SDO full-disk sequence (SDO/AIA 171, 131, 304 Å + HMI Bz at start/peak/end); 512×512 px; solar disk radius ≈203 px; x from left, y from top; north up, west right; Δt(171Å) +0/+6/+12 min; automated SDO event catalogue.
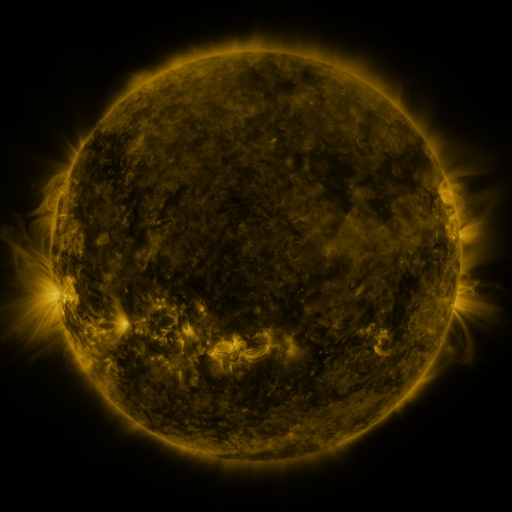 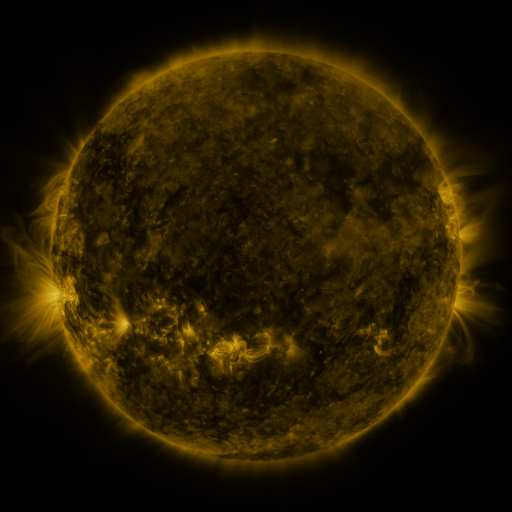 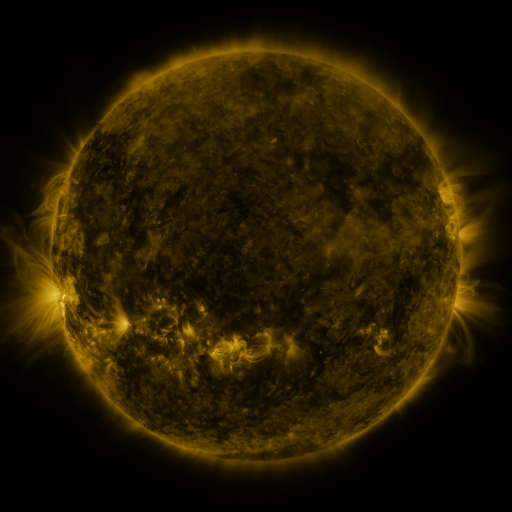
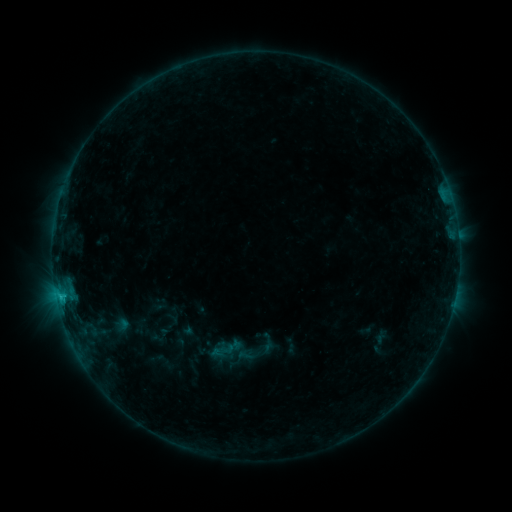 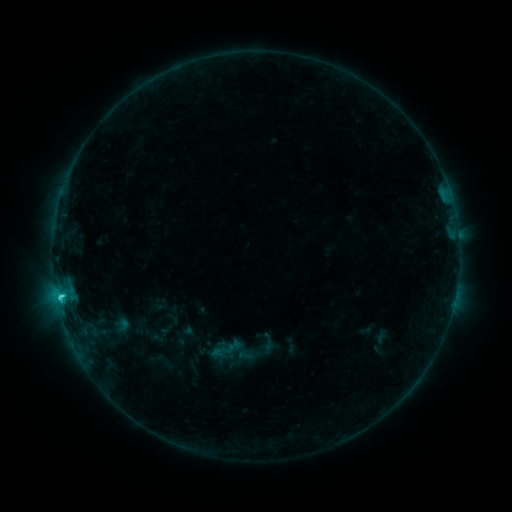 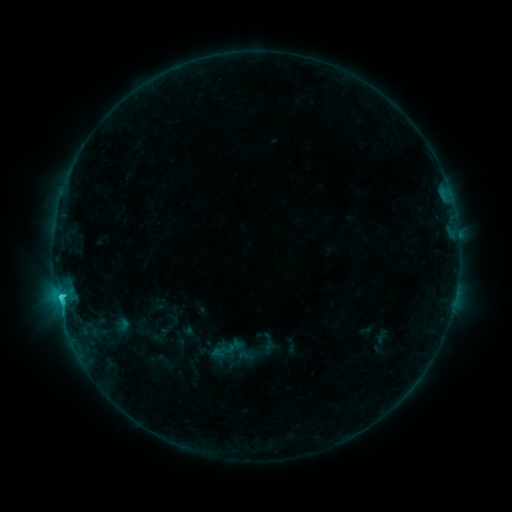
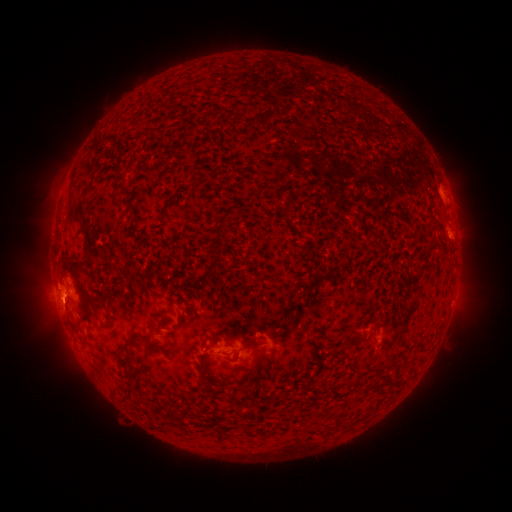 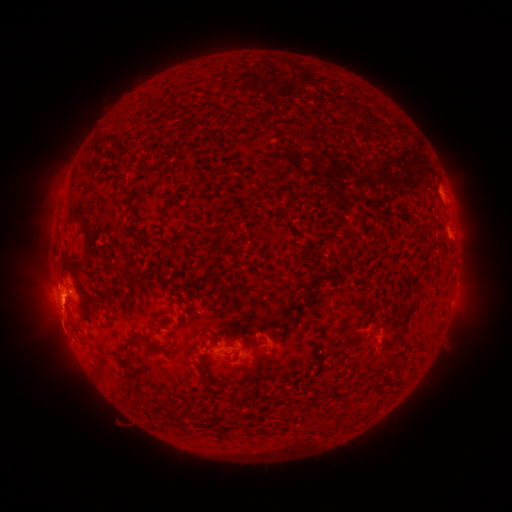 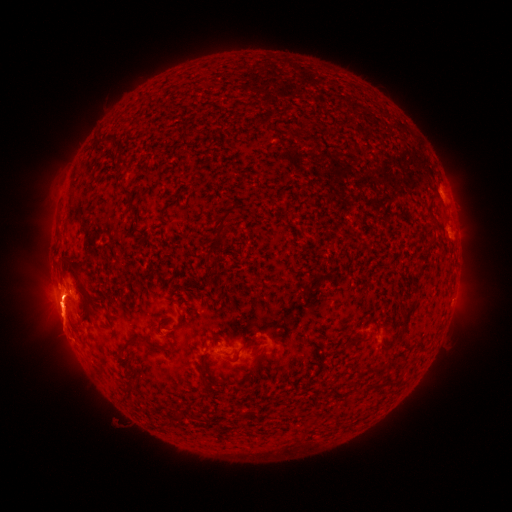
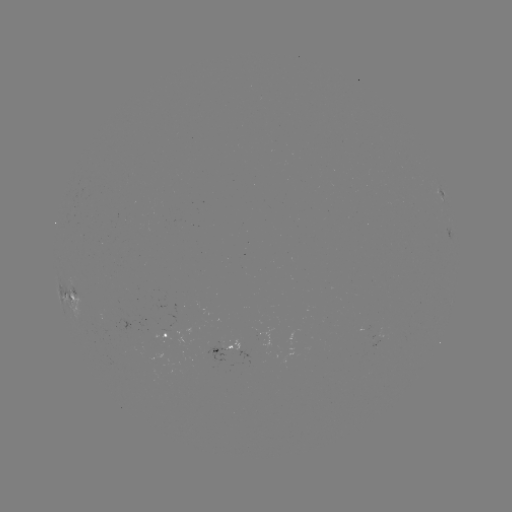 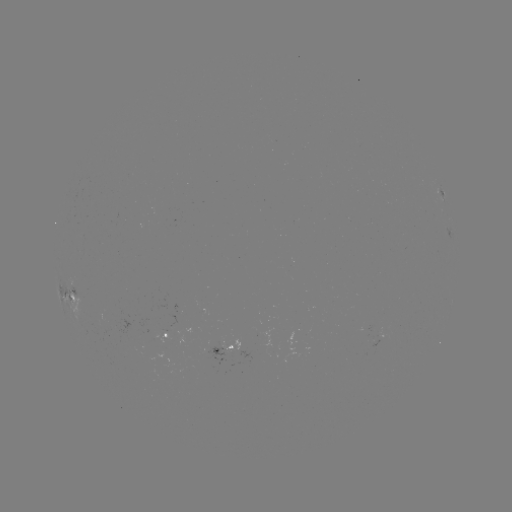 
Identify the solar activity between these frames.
eruption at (61, 315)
